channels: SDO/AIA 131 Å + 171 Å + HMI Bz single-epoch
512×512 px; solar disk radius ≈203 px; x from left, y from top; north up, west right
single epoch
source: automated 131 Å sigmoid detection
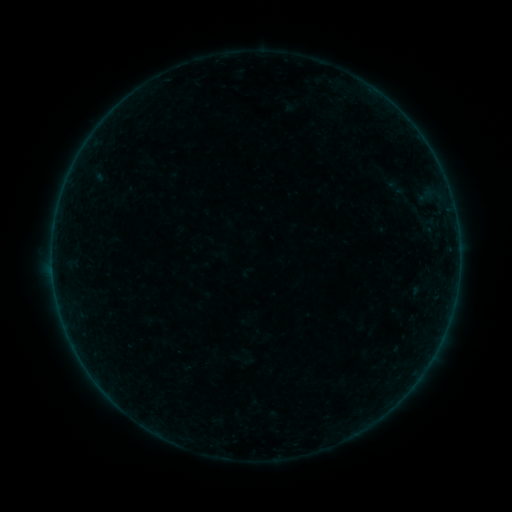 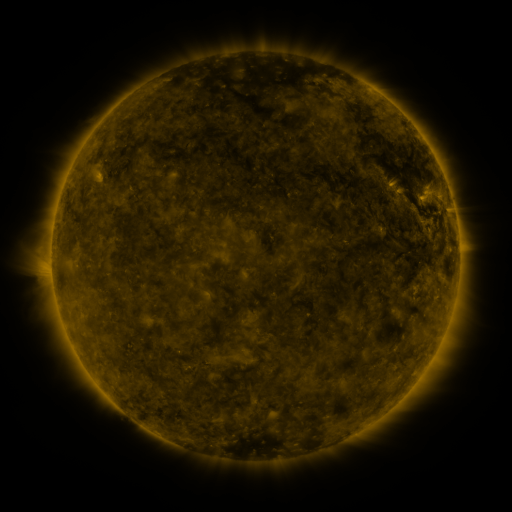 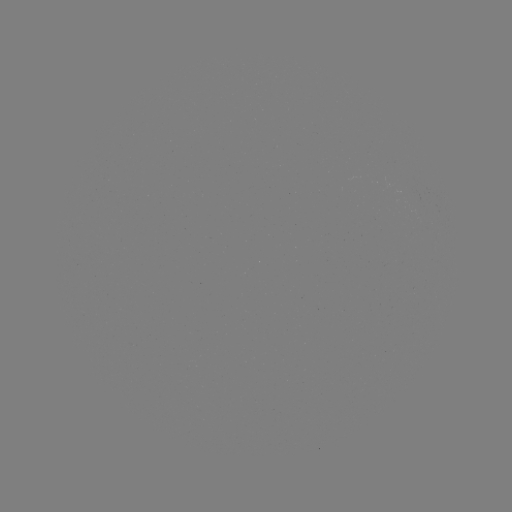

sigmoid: [380, 177, 412, 198]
